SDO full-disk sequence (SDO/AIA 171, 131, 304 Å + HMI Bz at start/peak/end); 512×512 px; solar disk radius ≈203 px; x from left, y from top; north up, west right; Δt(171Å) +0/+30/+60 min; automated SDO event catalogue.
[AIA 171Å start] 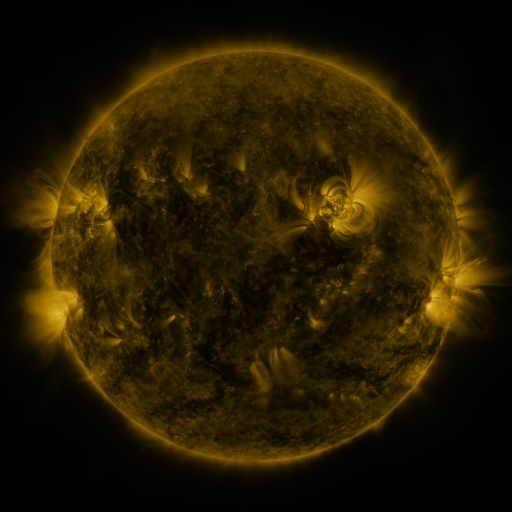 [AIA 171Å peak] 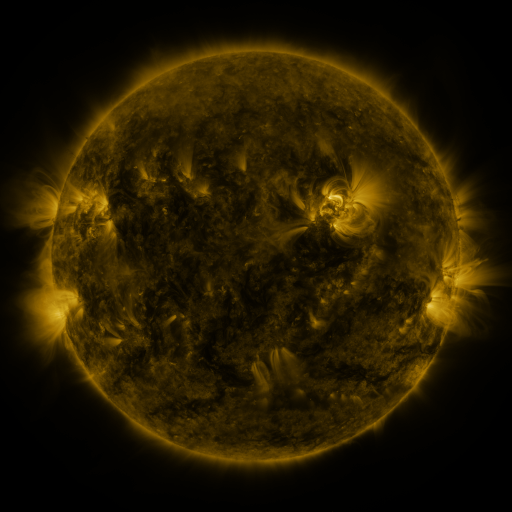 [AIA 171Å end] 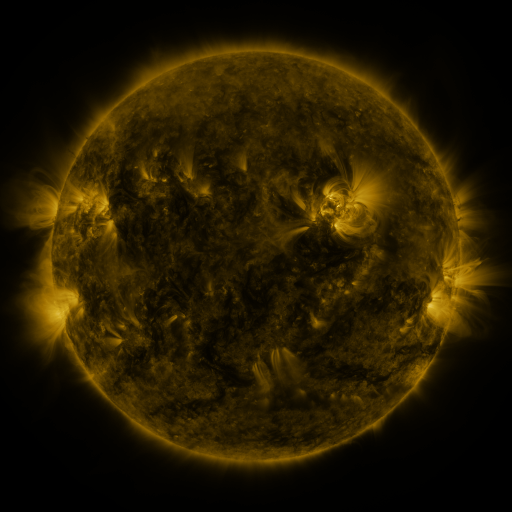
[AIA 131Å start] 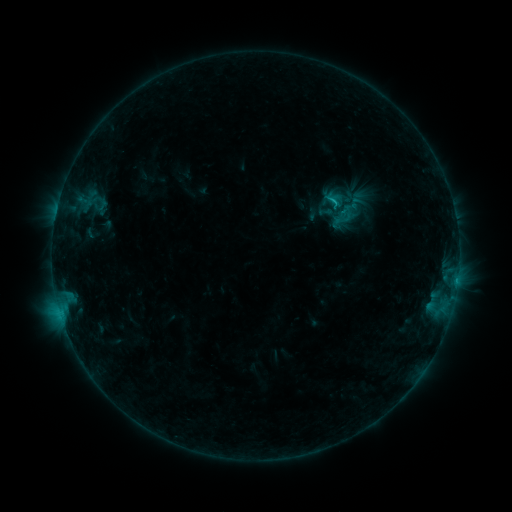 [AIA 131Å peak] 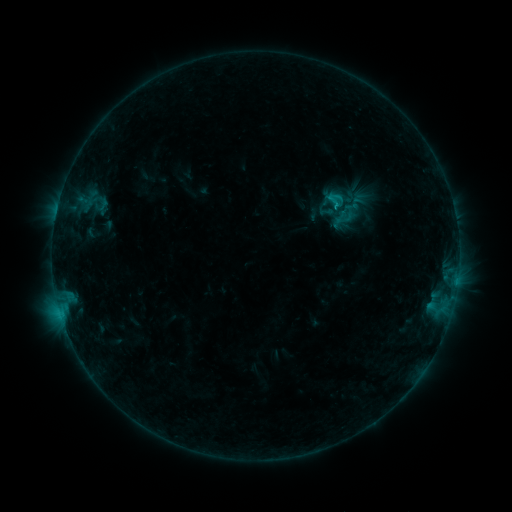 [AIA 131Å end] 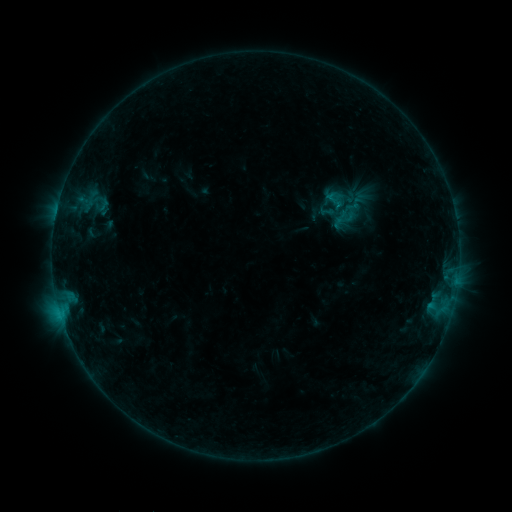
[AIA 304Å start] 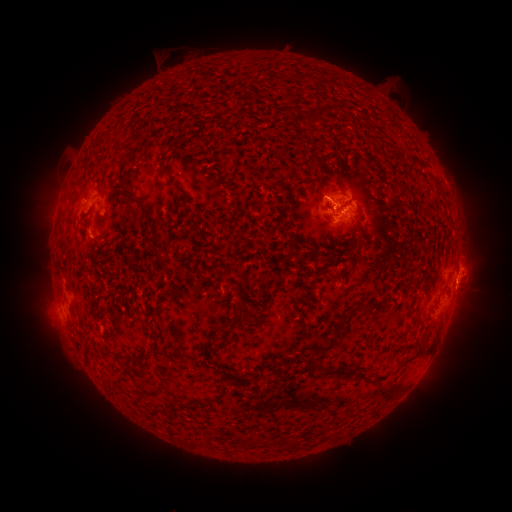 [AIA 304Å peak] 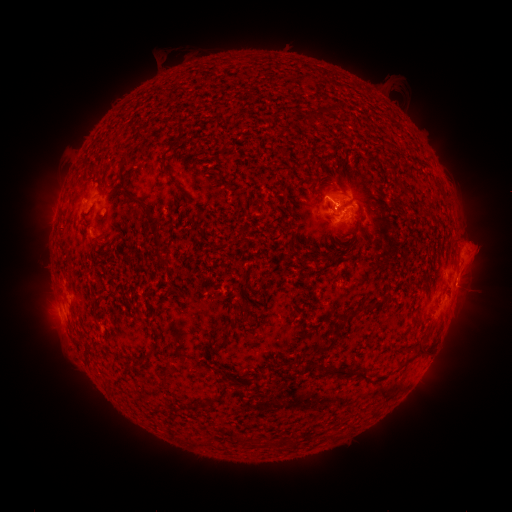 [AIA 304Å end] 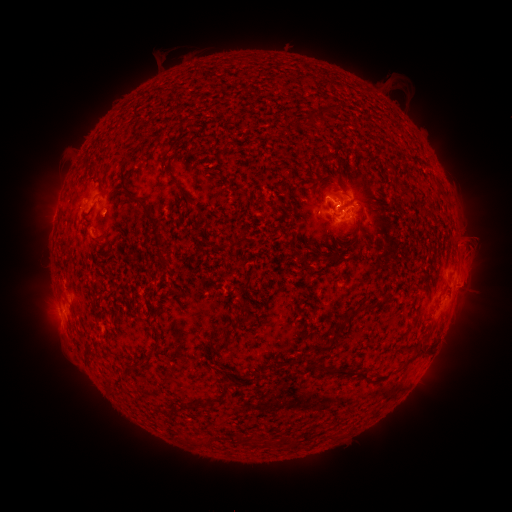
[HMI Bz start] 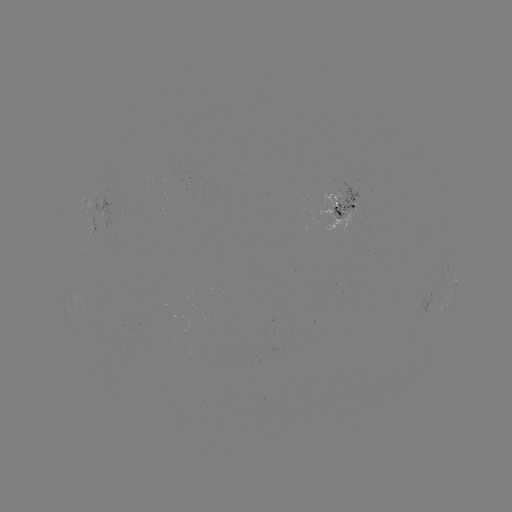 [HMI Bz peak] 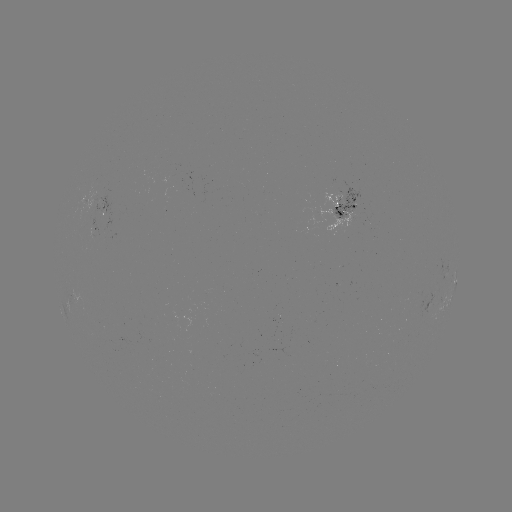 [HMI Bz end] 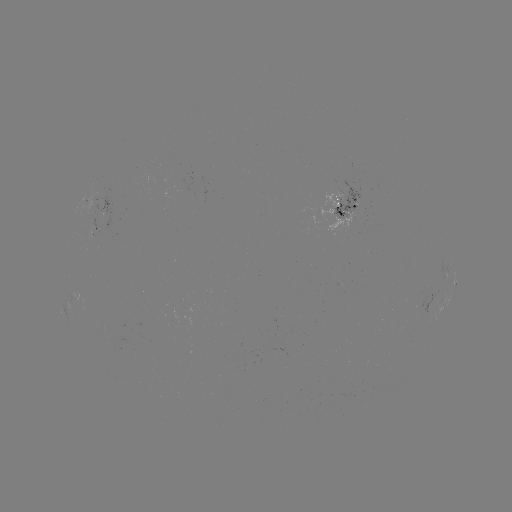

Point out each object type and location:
eruption: (474, 253)
